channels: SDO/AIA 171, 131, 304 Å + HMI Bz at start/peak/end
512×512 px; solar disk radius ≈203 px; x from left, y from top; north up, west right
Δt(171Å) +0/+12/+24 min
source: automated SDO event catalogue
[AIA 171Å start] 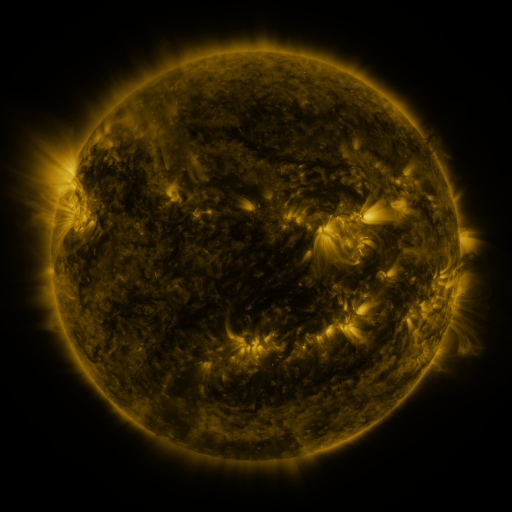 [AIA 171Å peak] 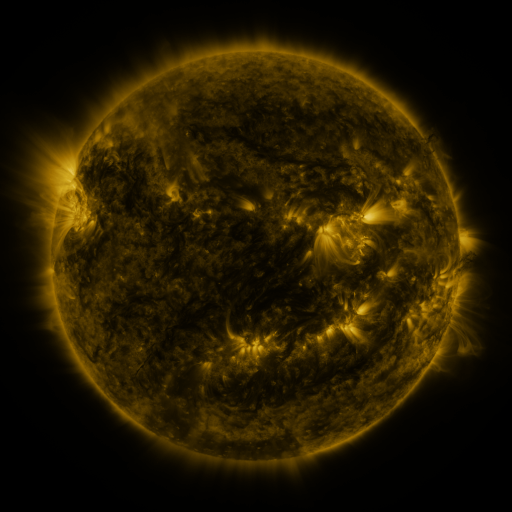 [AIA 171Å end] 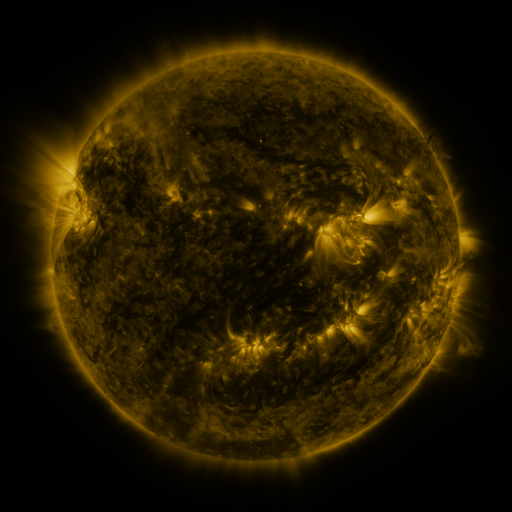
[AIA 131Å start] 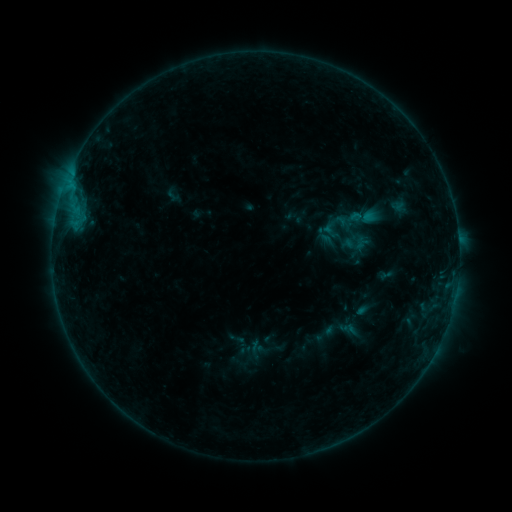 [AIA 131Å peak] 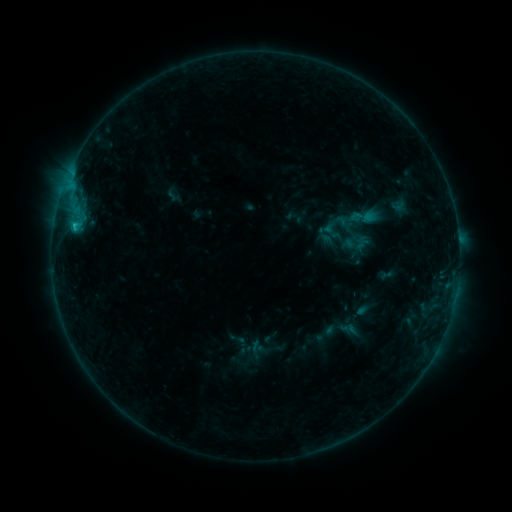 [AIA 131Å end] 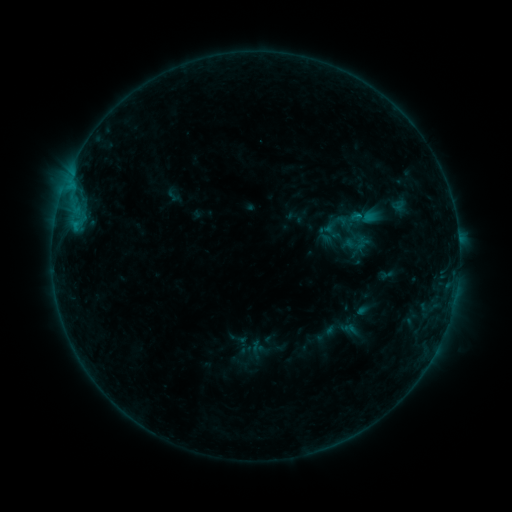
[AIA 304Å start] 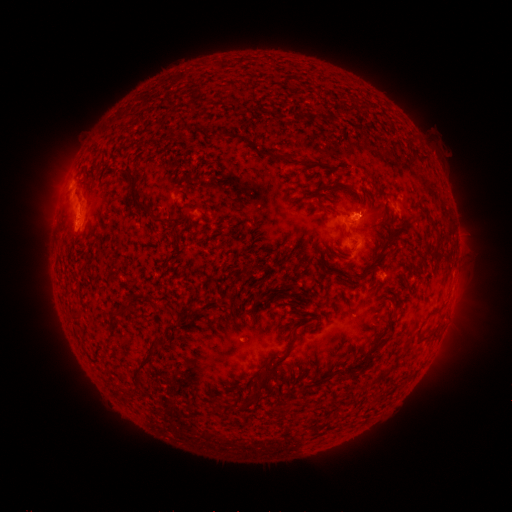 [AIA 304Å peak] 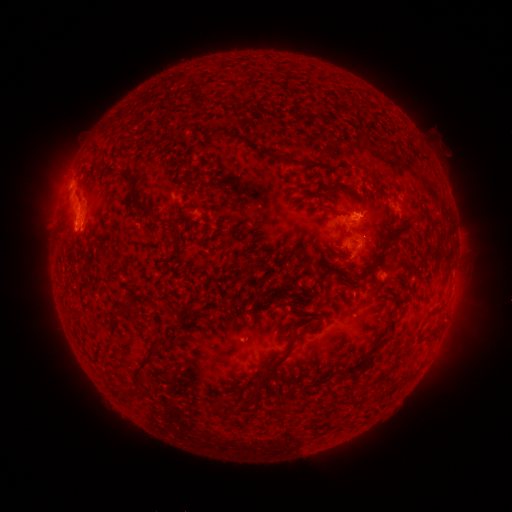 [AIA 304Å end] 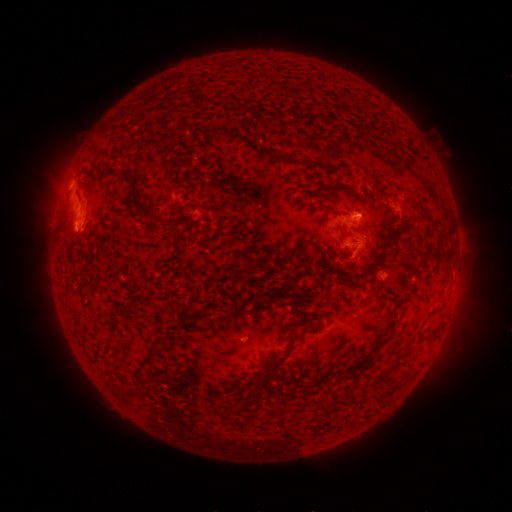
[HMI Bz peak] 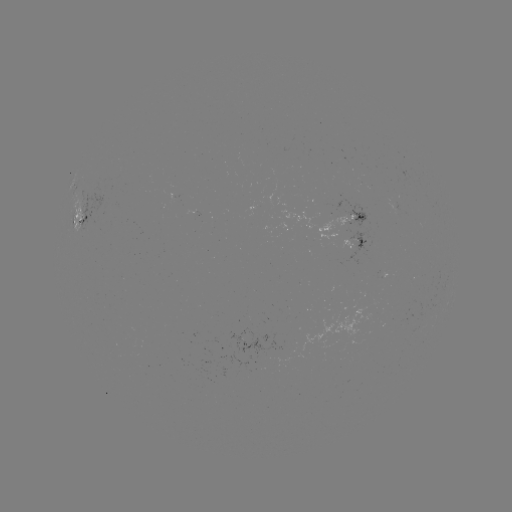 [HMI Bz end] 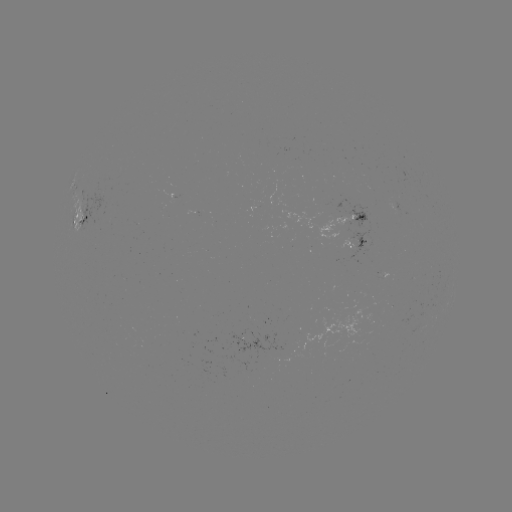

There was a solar flare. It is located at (75, 227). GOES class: B7.3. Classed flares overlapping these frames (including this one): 1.